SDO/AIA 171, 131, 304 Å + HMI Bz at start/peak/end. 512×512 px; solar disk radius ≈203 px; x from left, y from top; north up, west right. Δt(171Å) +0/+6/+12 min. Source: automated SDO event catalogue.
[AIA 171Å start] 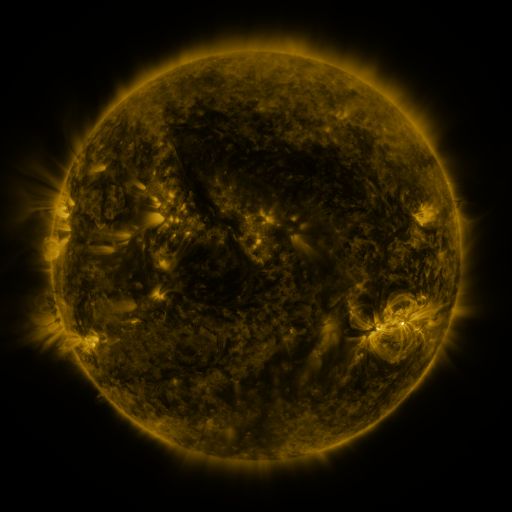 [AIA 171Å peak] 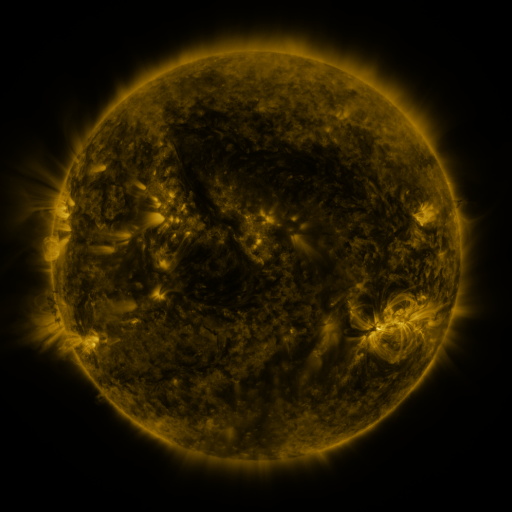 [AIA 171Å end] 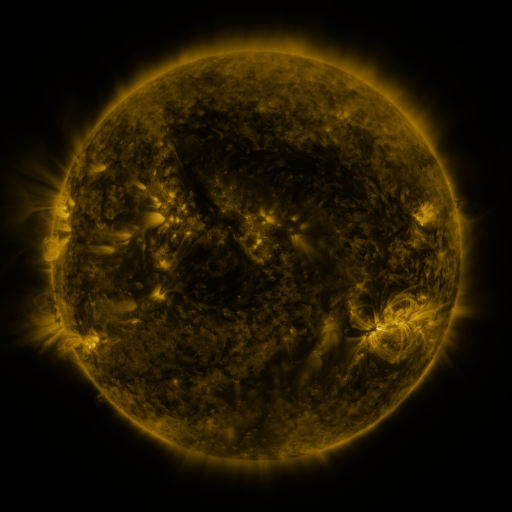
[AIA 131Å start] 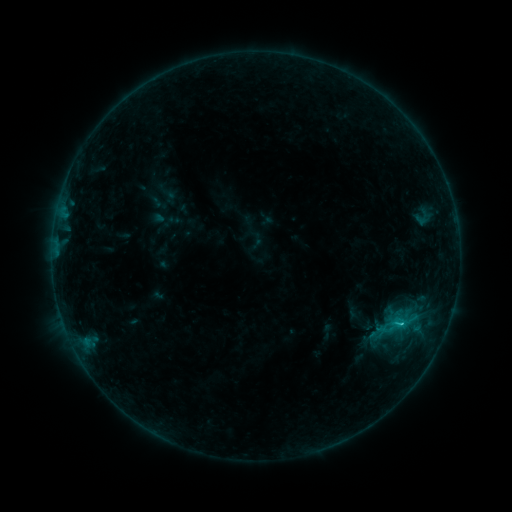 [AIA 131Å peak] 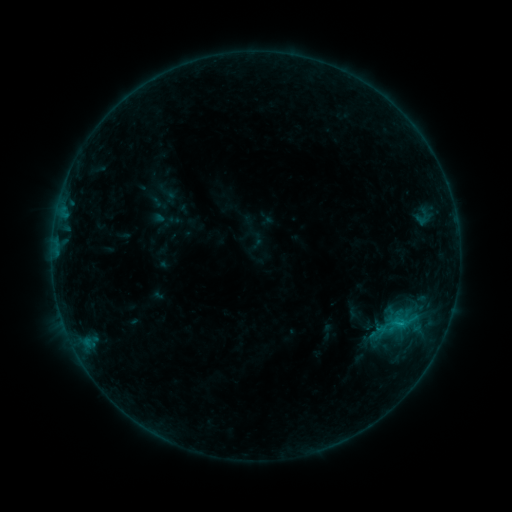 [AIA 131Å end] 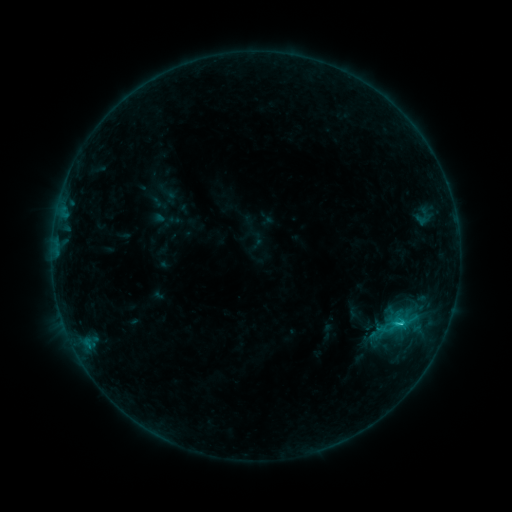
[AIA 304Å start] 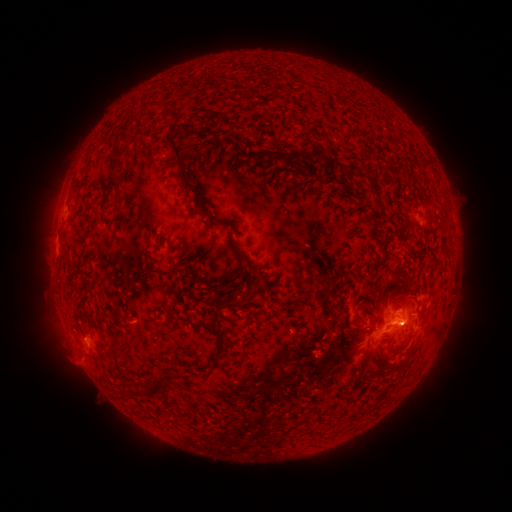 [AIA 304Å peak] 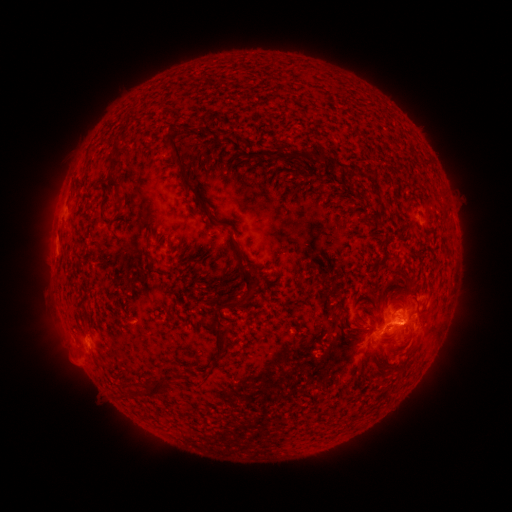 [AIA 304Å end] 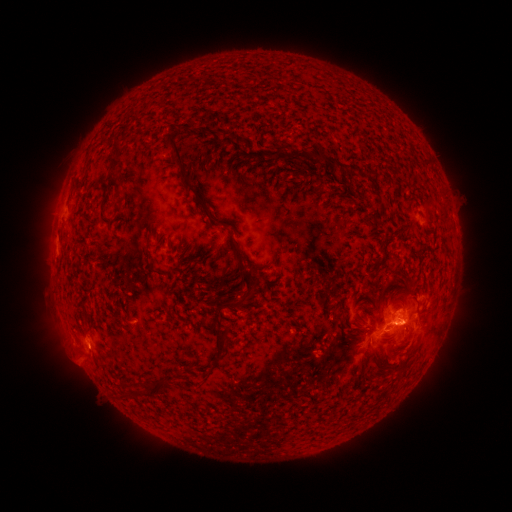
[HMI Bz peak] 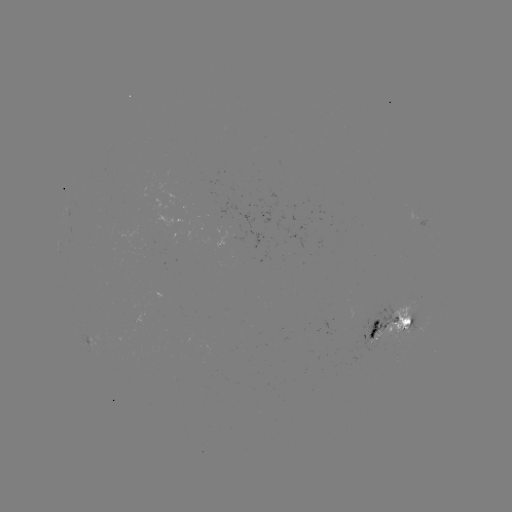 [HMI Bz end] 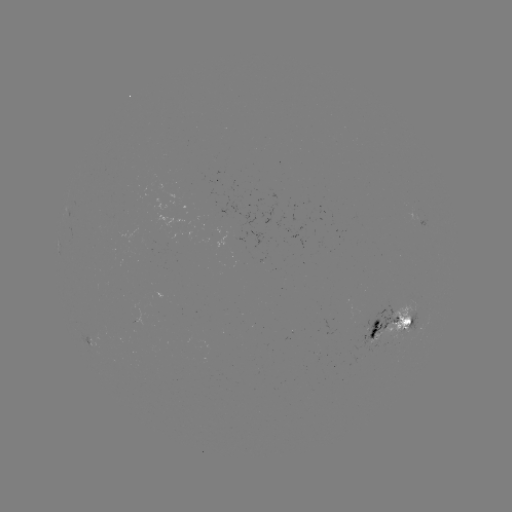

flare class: C1.2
